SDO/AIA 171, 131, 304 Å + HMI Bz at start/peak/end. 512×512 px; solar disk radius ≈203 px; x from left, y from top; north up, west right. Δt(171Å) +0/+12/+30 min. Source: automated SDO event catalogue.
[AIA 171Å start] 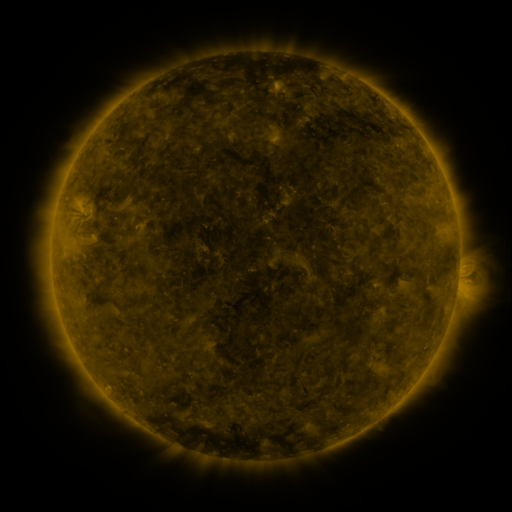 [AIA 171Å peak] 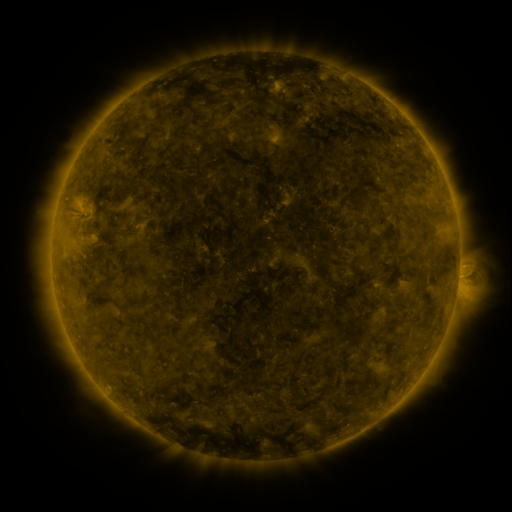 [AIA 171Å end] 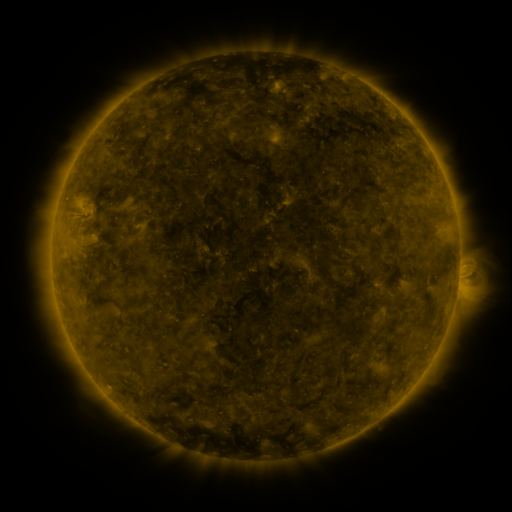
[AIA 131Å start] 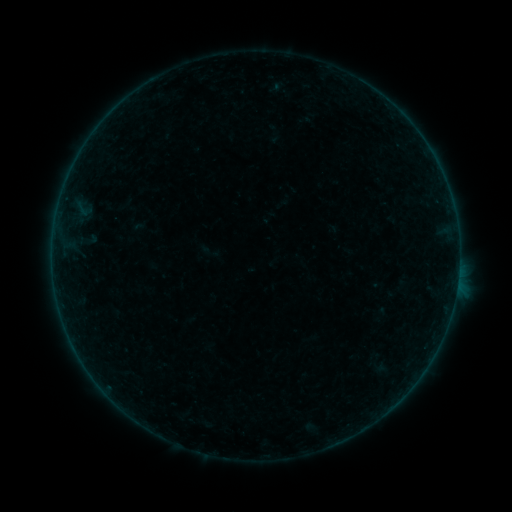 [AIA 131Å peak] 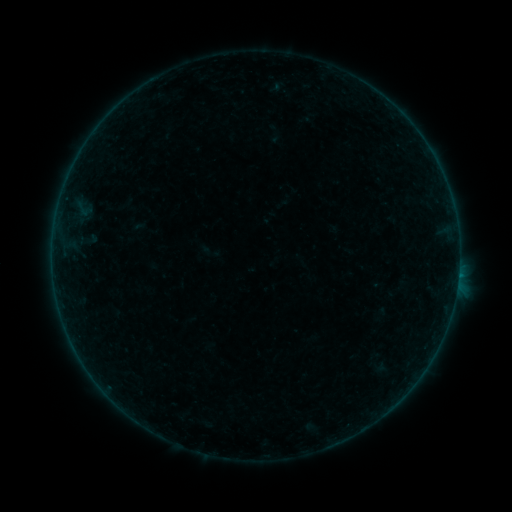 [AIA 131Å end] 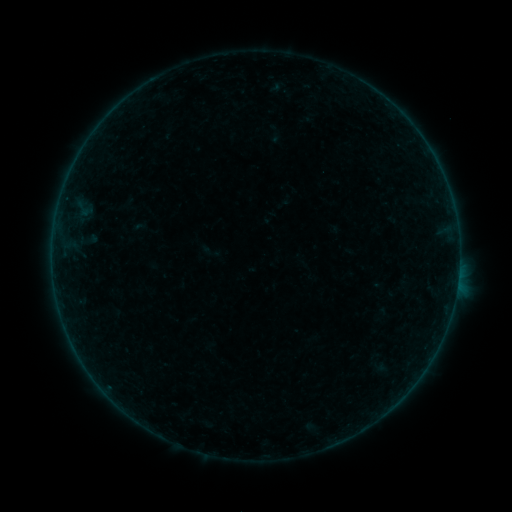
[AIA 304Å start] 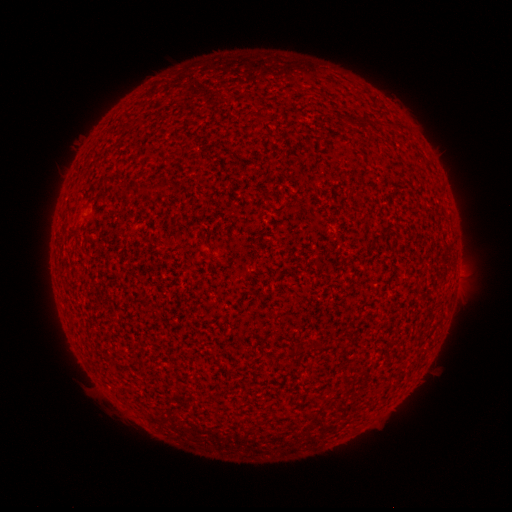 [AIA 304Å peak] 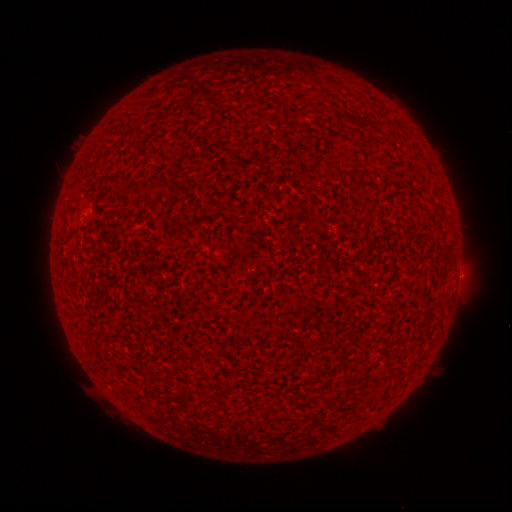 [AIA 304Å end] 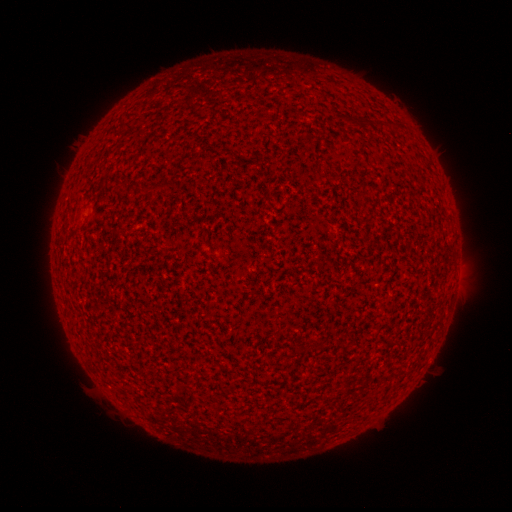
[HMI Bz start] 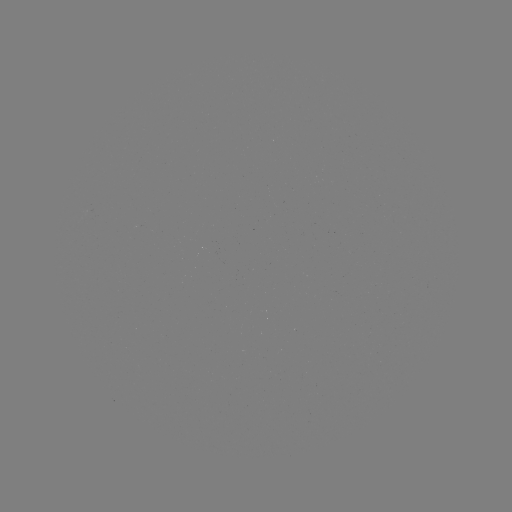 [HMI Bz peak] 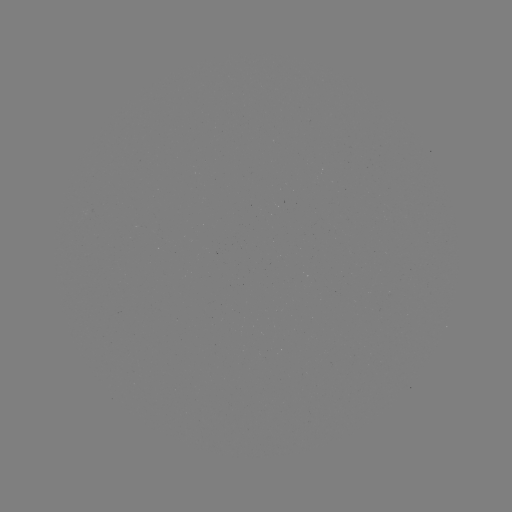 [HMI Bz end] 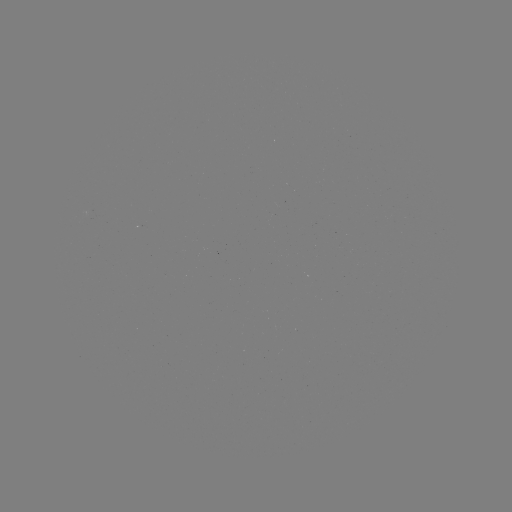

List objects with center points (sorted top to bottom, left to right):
A8.0 flare: (458, 273)
